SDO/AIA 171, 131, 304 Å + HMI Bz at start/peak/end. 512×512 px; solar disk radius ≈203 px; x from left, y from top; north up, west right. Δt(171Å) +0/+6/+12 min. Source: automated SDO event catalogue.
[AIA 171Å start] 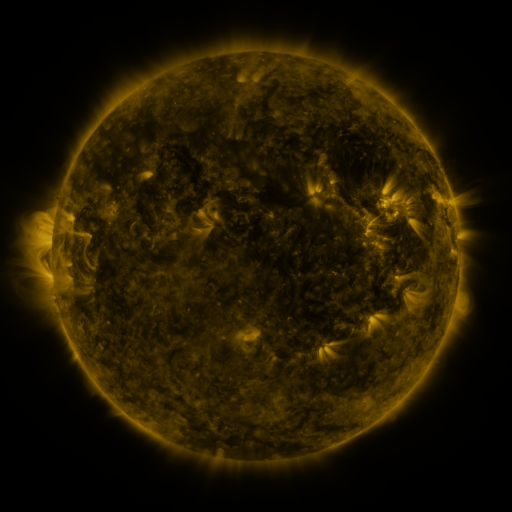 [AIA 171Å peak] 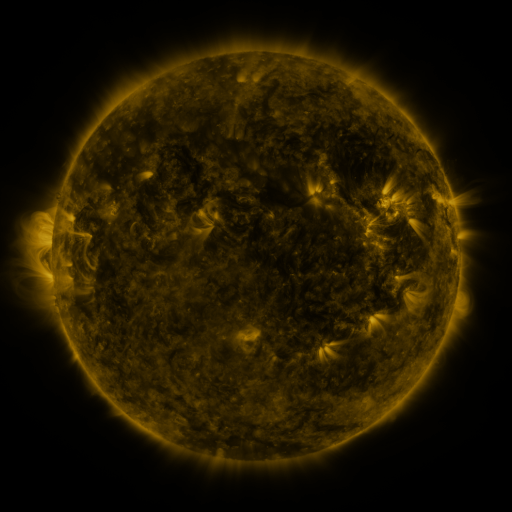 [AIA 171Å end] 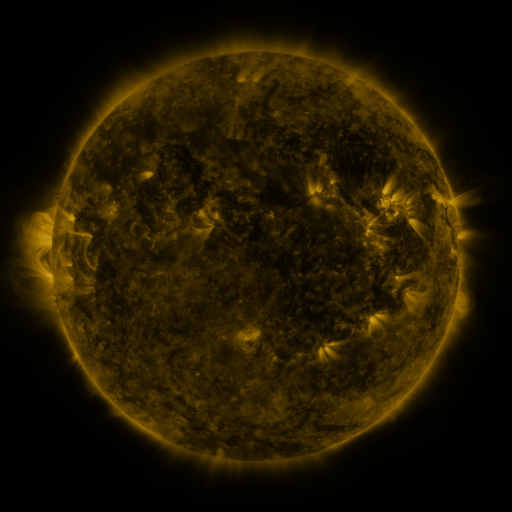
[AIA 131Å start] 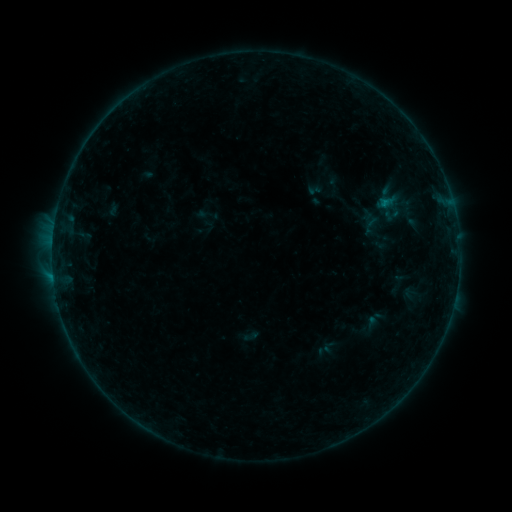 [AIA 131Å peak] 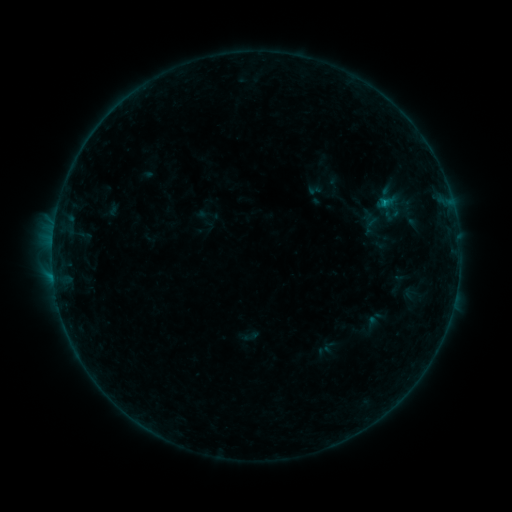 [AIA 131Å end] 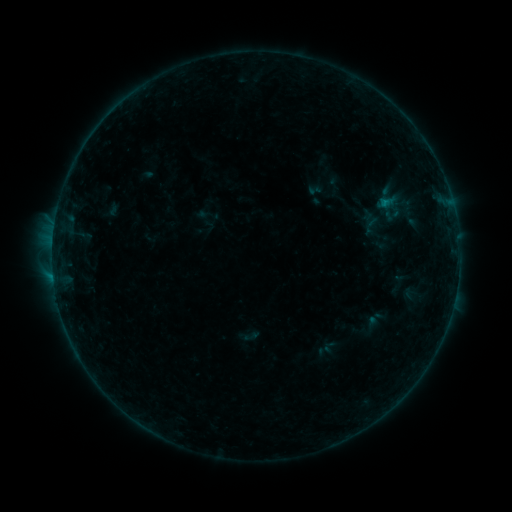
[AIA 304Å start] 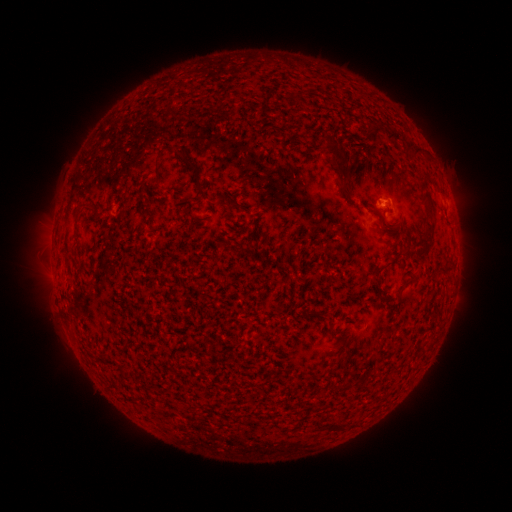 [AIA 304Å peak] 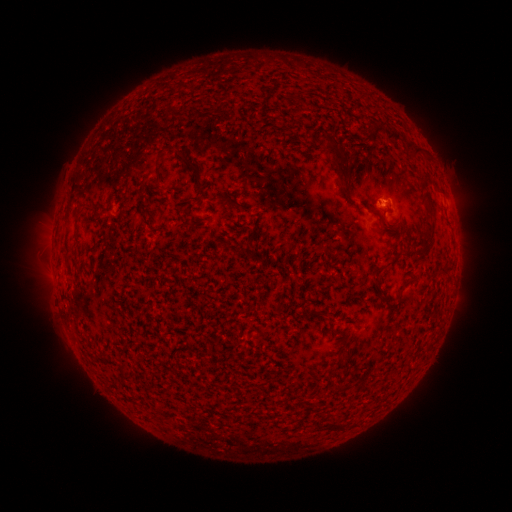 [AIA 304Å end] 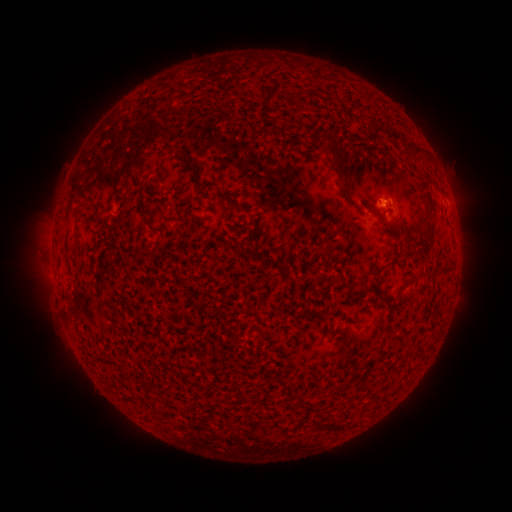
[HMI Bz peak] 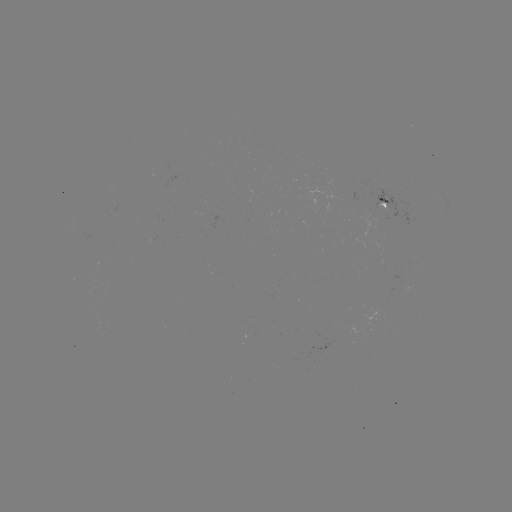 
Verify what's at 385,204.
B2.4 flare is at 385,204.